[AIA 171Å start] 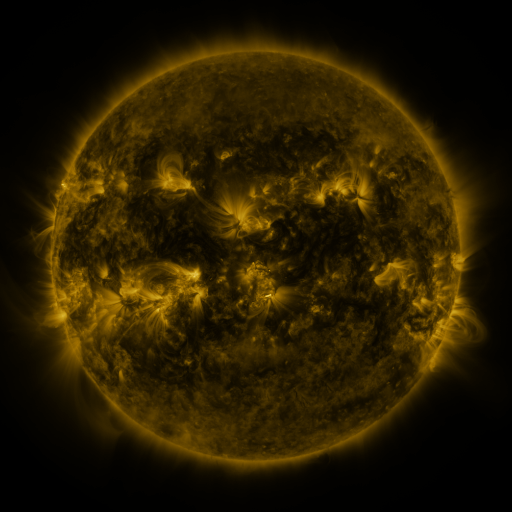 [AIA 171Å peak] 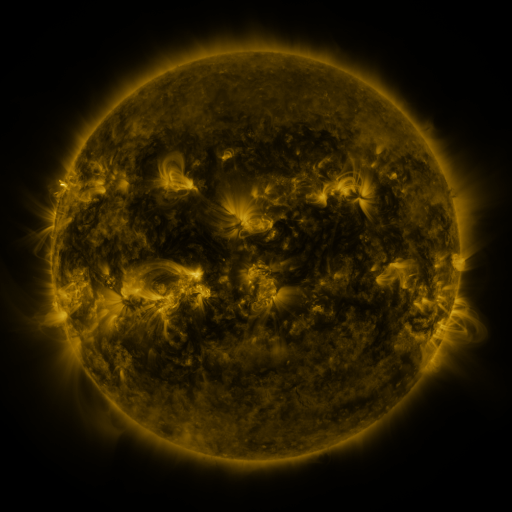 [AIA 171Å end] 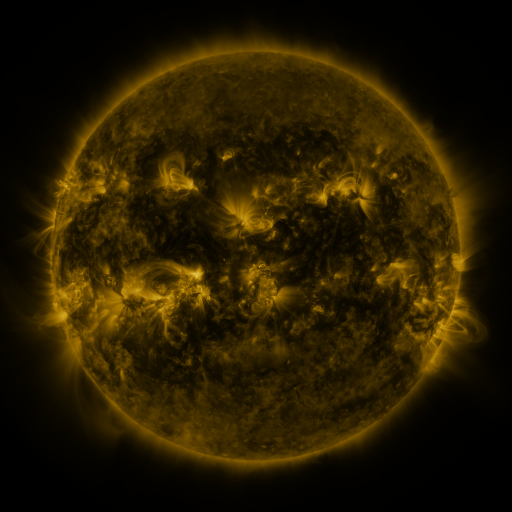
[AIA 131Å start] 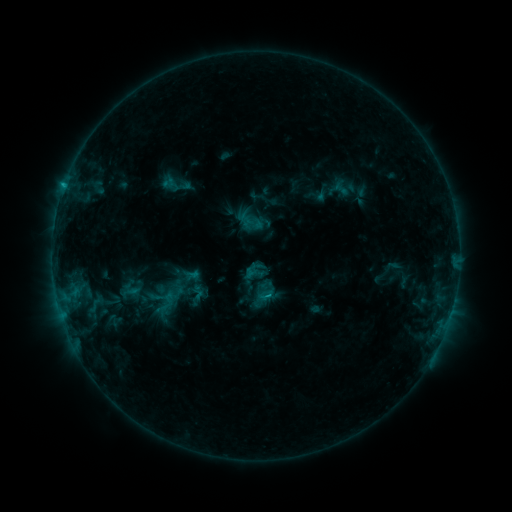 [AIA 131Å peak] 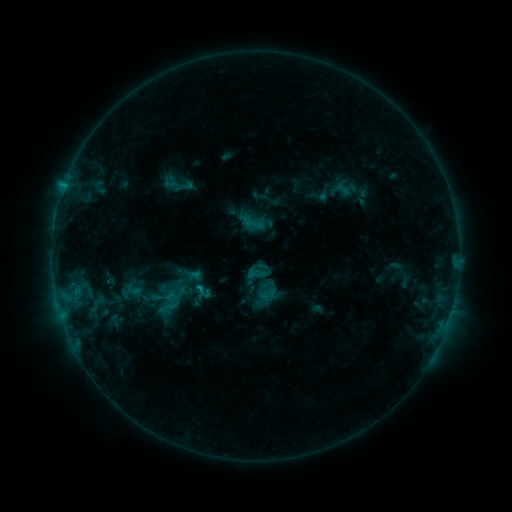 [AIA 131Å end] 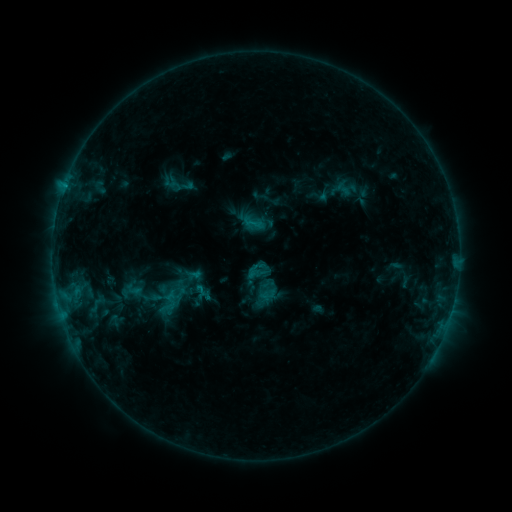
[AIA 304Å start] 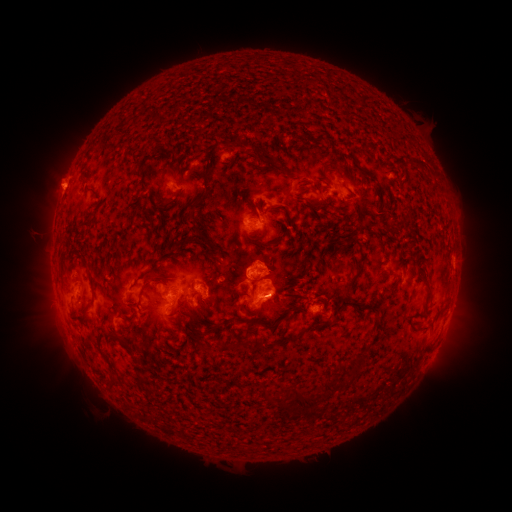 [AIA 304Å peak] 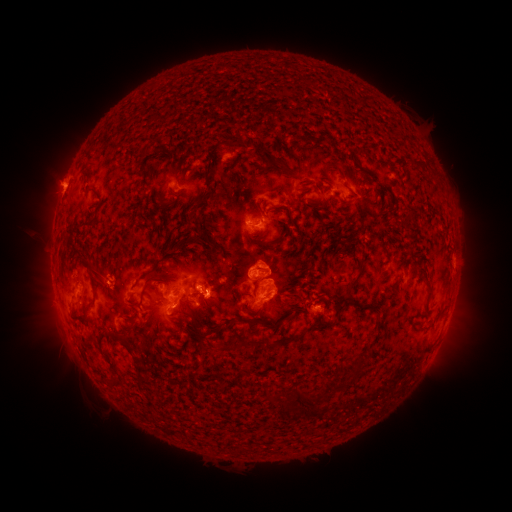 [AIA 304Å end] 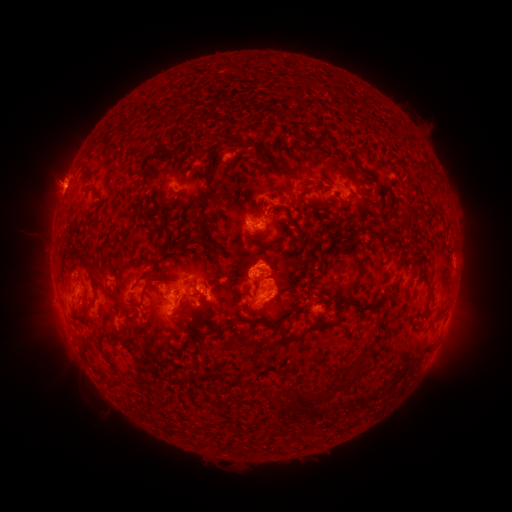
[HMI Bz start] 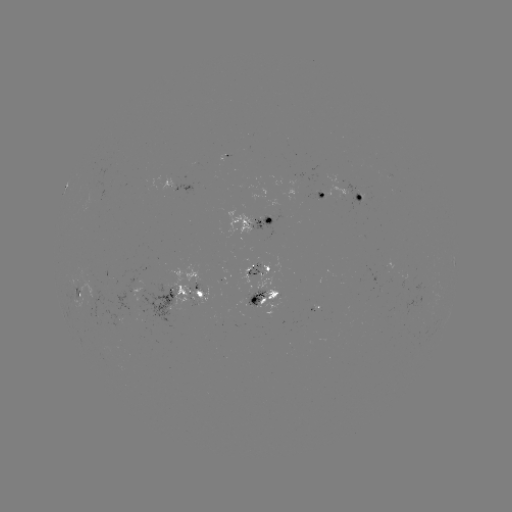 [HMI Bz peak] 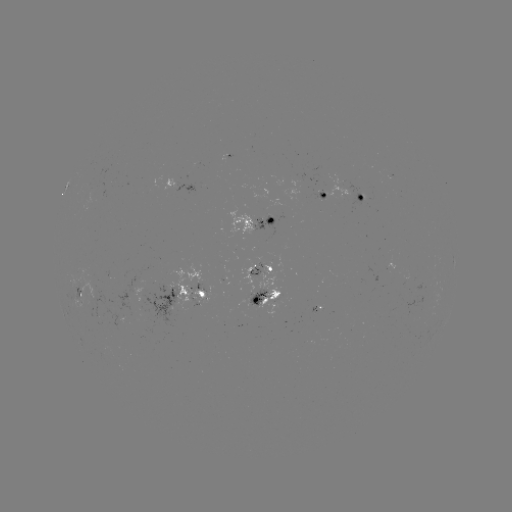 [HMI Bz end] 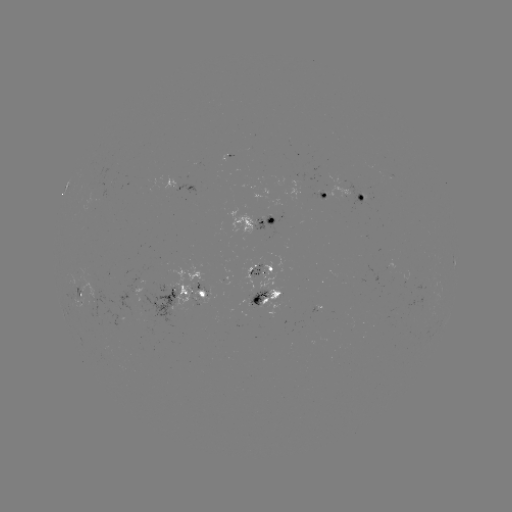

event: emerging-flux region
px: (295, 181)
